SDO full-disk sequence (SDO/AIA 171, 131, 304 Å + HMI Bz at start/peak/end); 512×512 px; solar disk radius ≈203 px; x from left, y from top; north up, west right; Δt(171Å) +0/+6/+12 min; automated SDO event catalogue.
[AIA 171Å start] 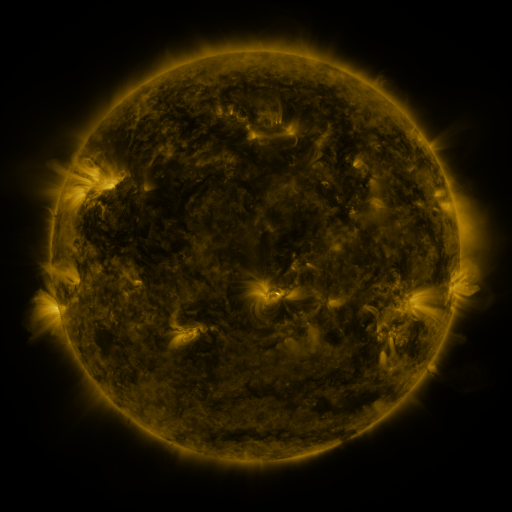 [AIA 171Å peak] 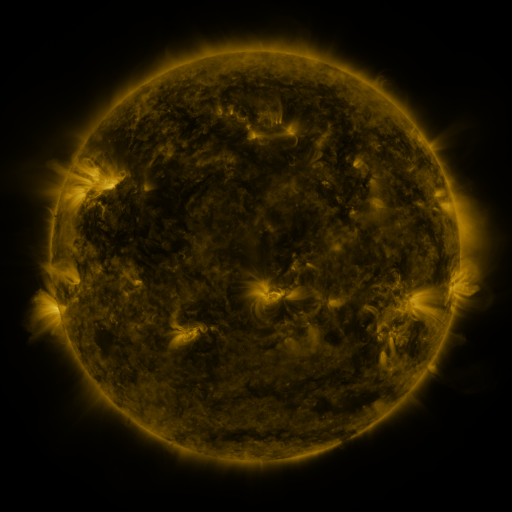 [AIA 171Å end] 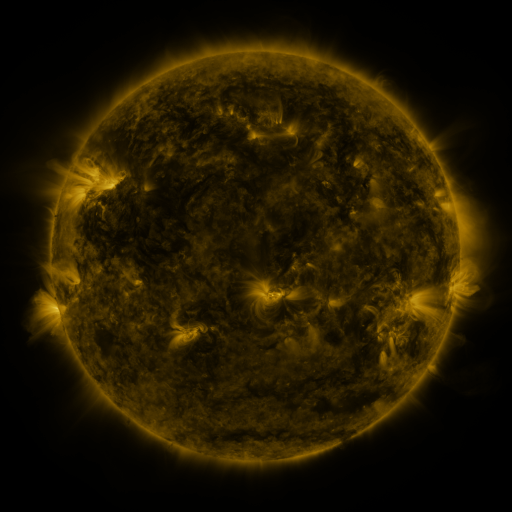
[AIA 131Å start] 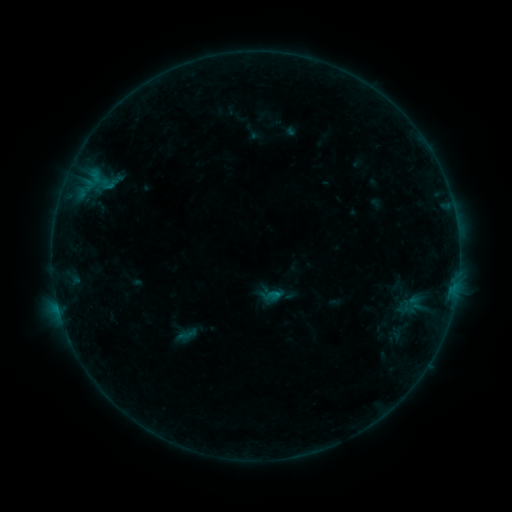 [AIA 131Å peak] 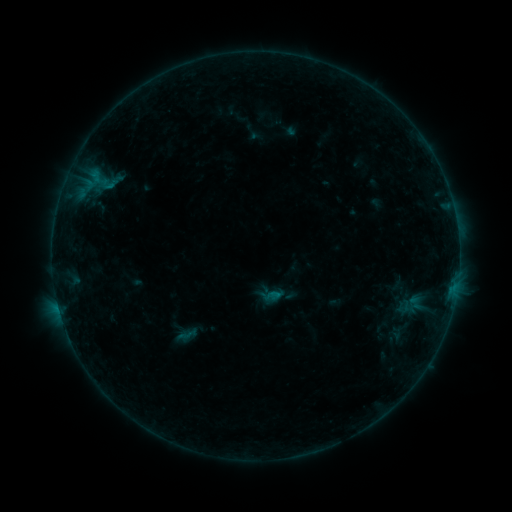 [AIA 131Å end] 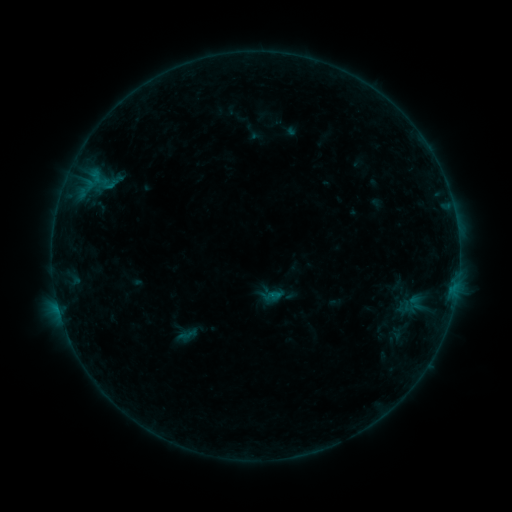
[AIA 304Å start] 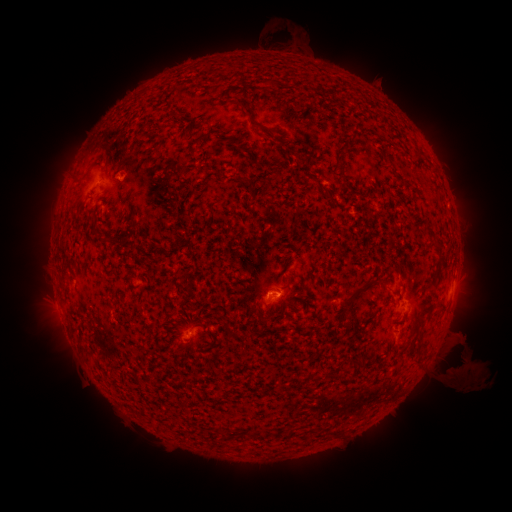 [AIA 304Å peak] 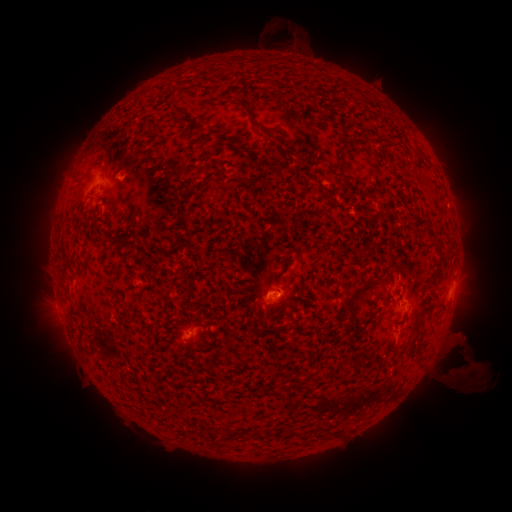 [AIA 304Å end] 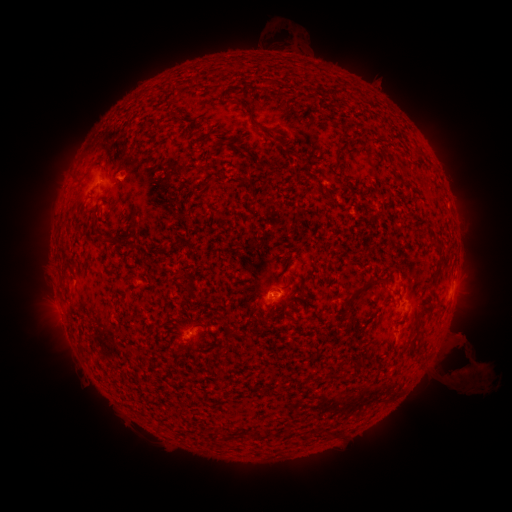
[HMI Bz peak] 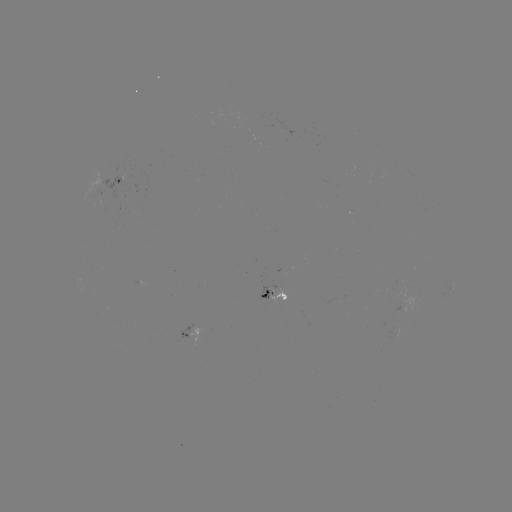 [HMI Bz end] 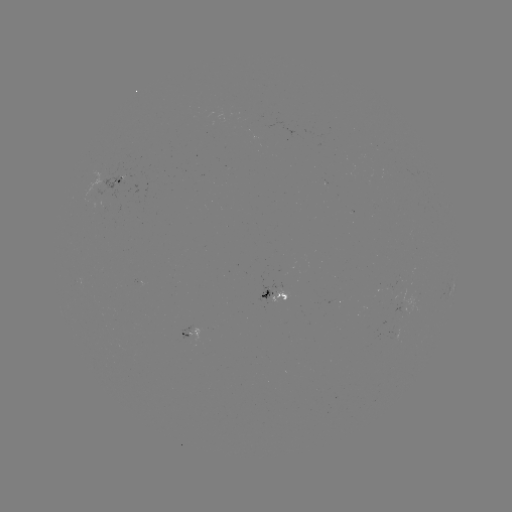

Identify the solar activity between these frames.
eruption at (471, 373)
